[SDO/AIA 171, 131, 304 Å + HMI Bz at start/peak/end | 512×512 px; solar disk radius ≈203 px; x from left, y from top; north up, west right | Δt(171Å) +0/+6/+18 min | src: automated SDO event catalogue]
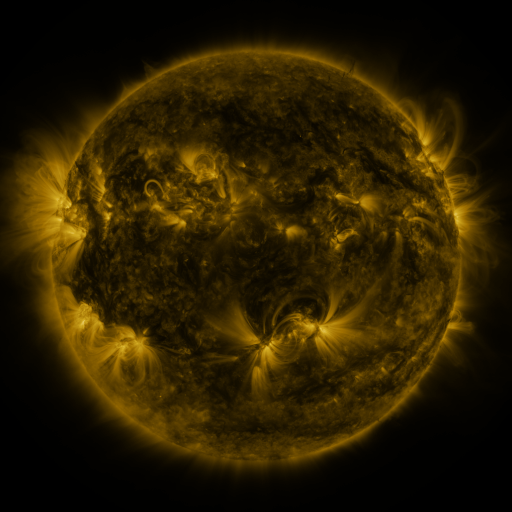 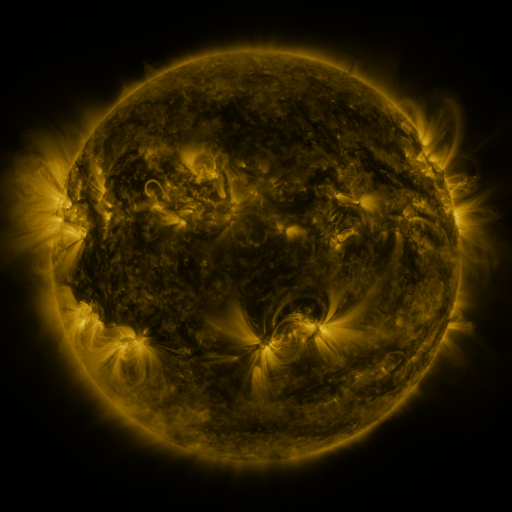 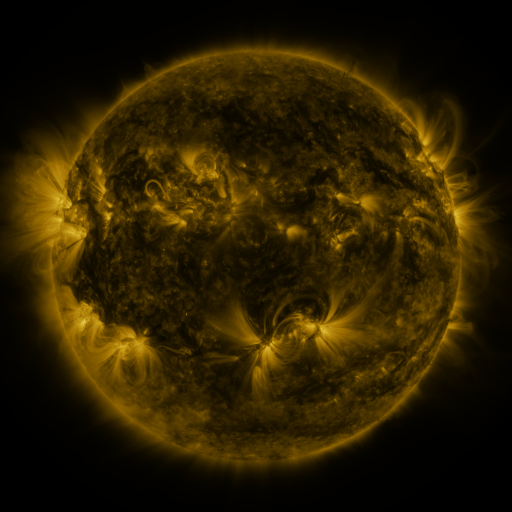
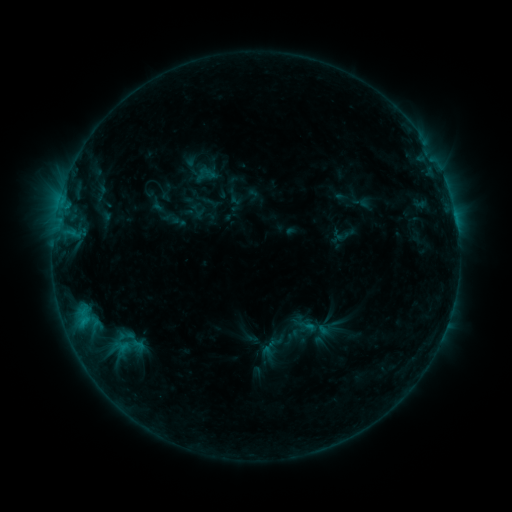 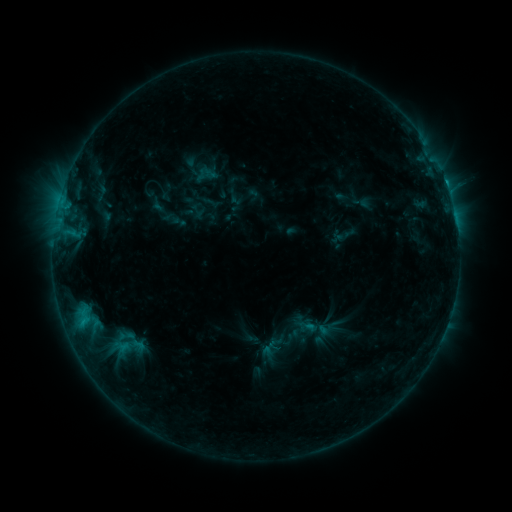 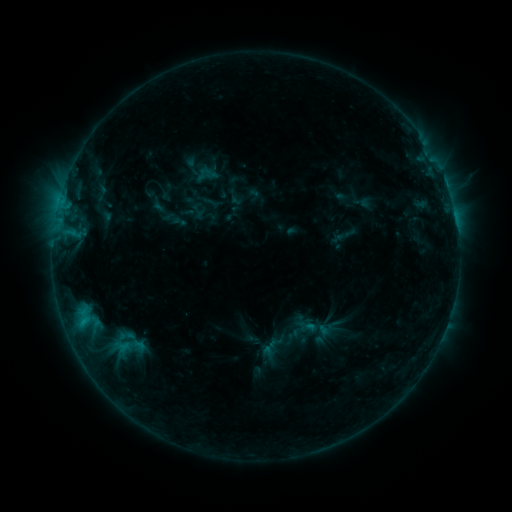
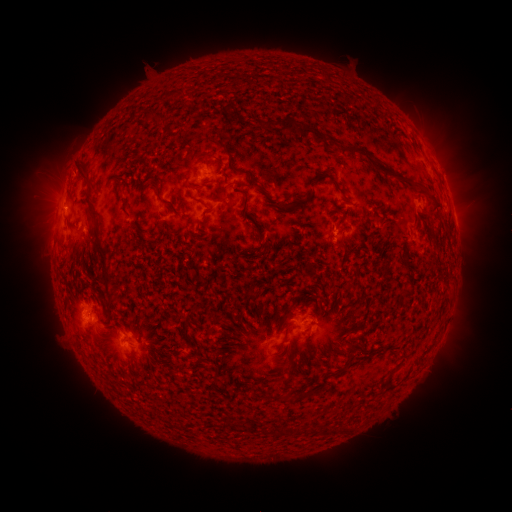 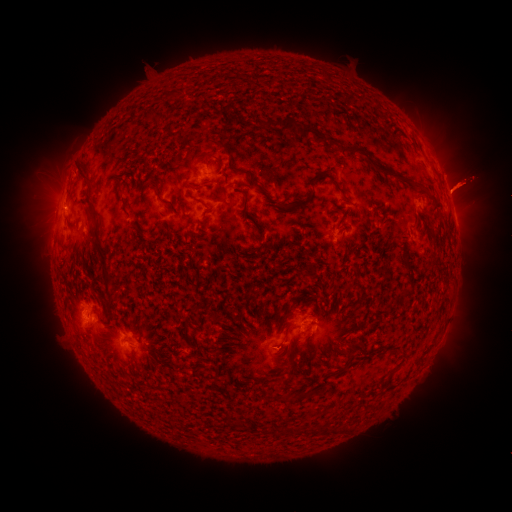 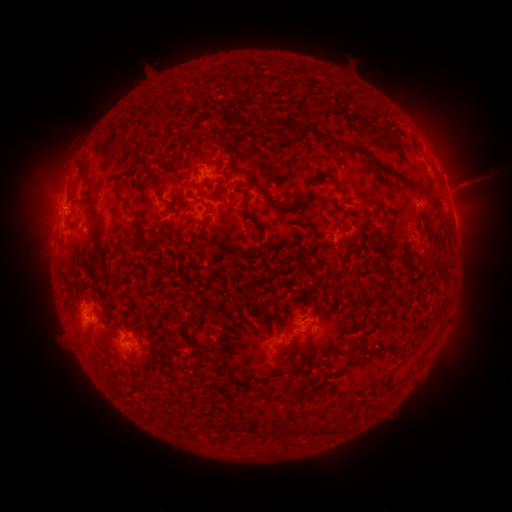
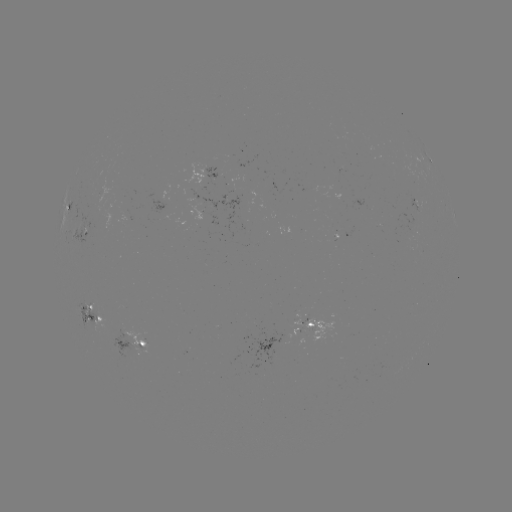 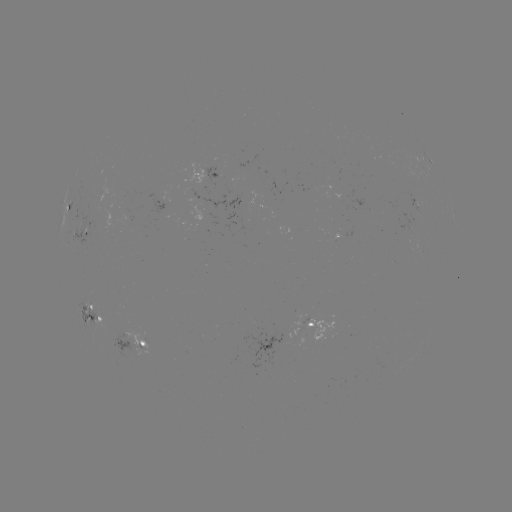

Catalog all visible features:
C1.0 flare: (445, 183)
